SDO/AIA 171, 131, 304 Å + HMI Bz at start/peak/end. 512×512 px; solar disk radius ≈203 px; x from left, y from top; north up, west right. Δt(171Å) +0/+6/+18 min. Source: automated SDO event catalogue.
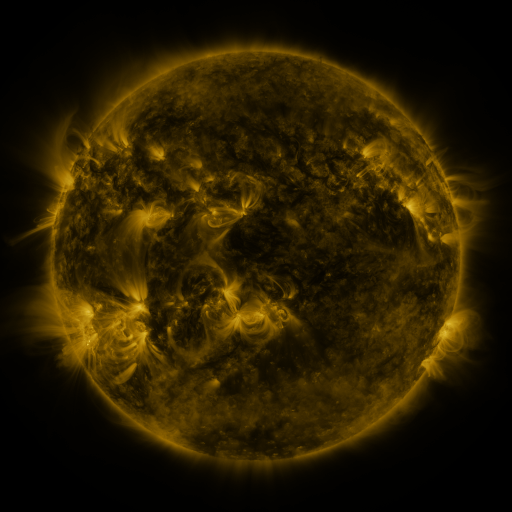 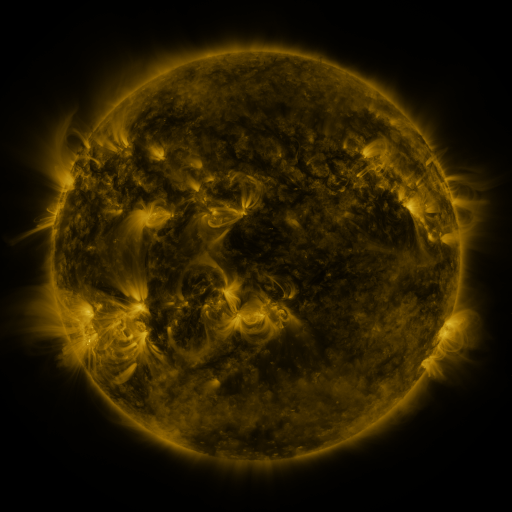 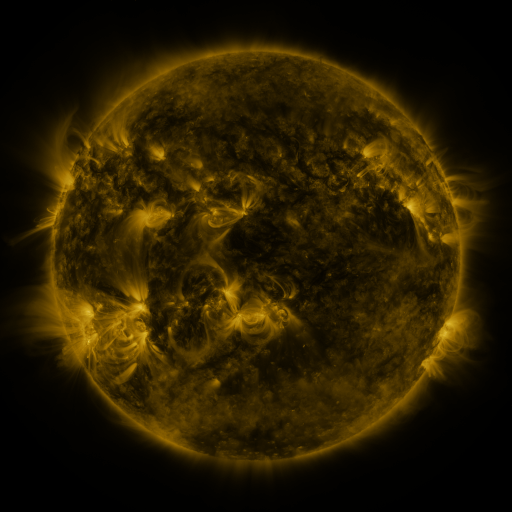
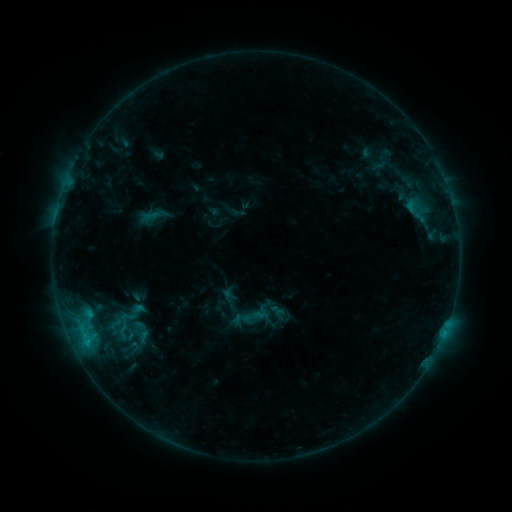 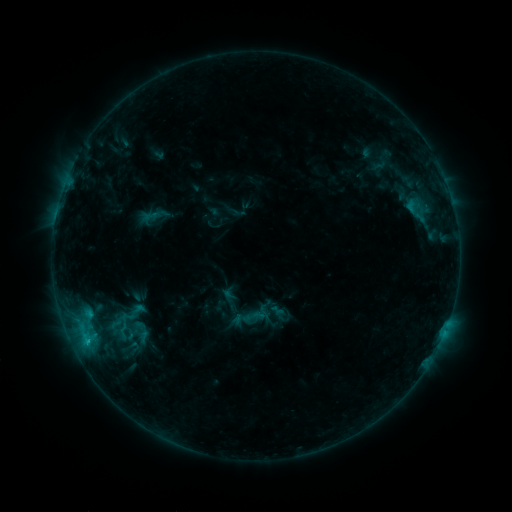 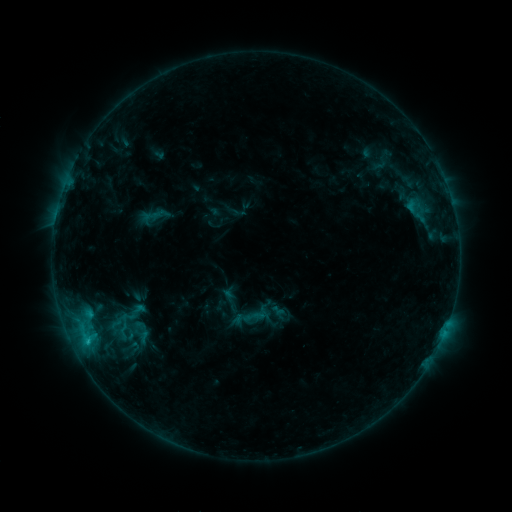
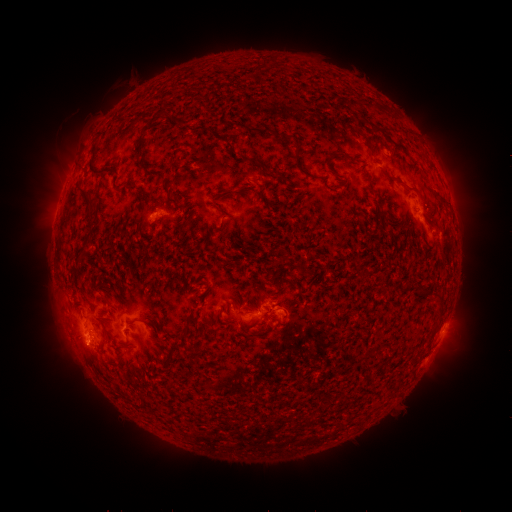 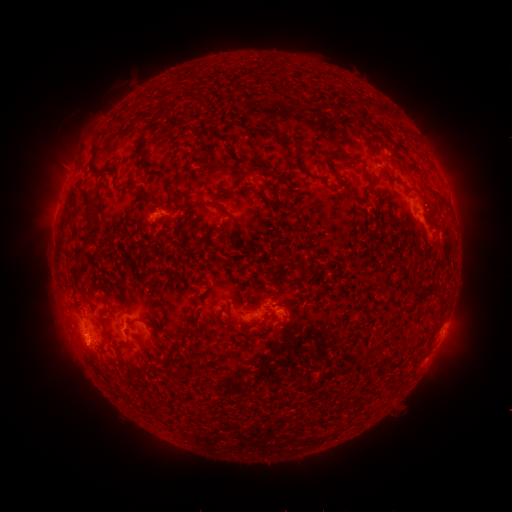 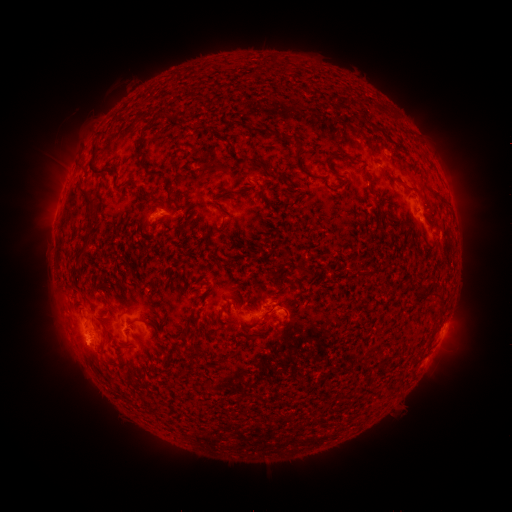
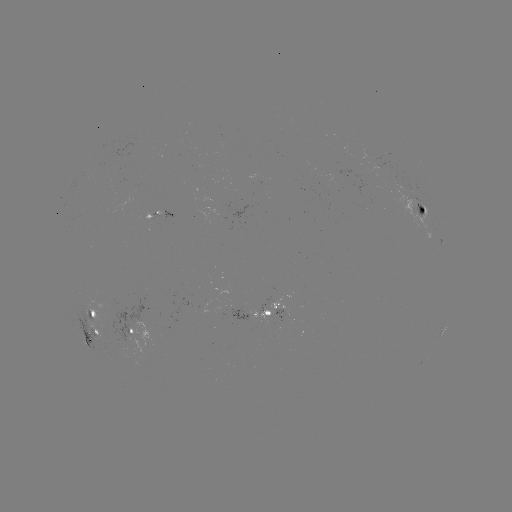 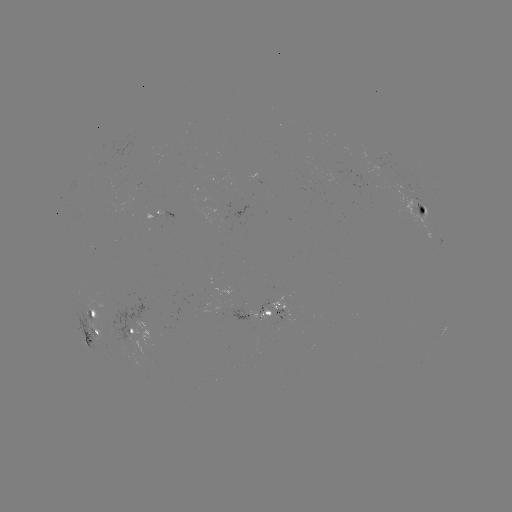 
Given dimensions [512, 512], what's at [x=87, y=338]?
C1.0 flare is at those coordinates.